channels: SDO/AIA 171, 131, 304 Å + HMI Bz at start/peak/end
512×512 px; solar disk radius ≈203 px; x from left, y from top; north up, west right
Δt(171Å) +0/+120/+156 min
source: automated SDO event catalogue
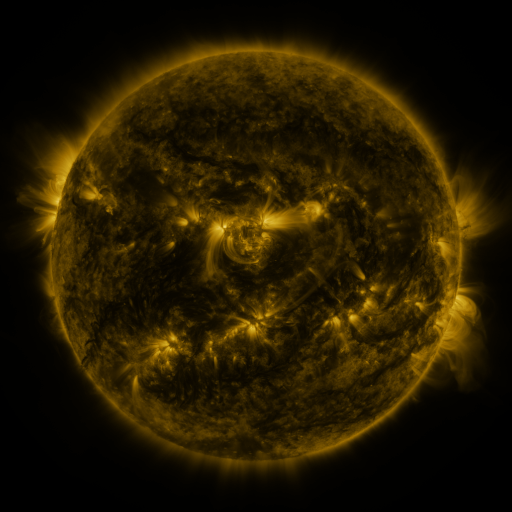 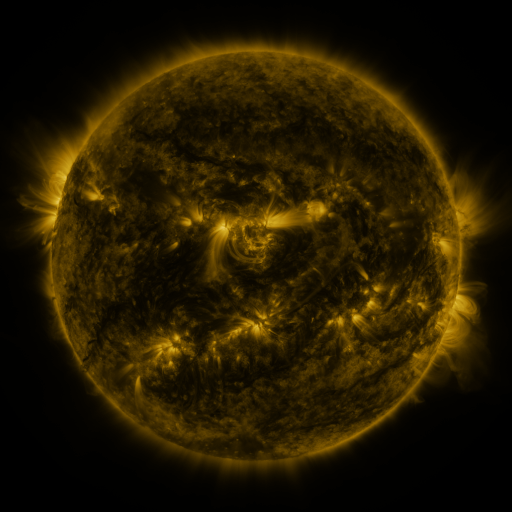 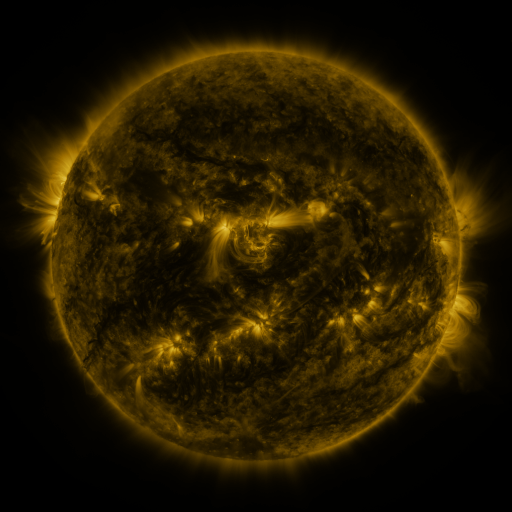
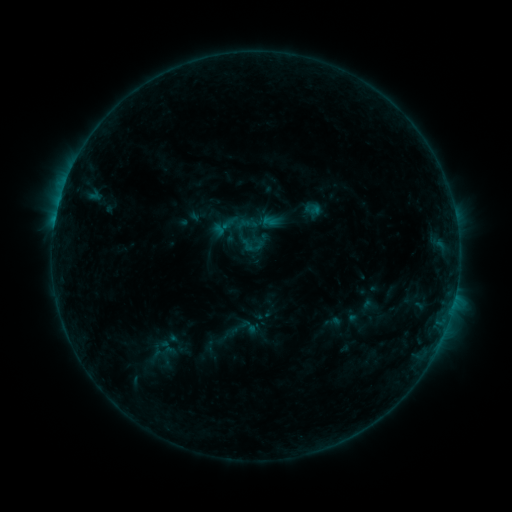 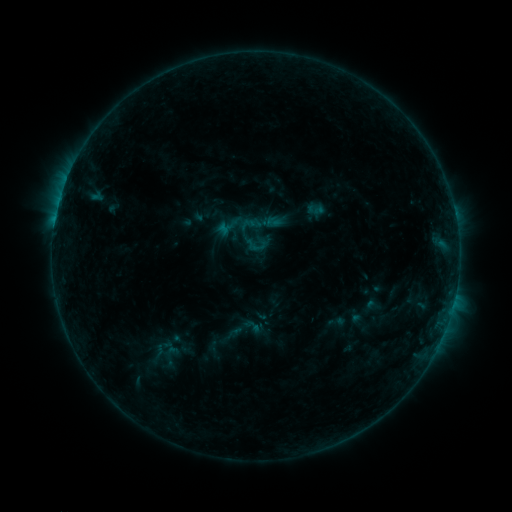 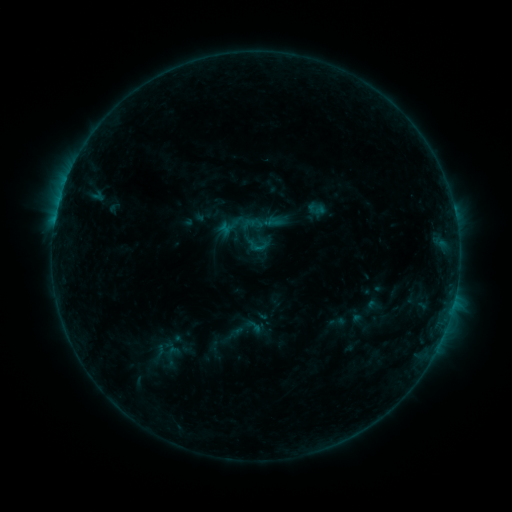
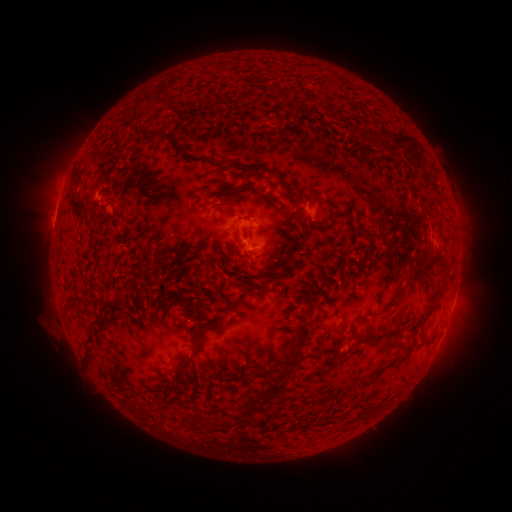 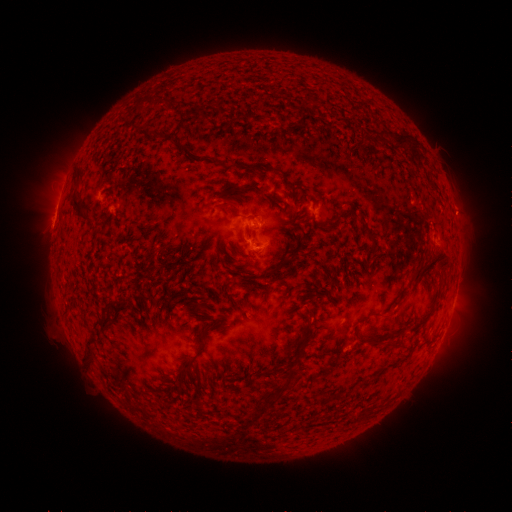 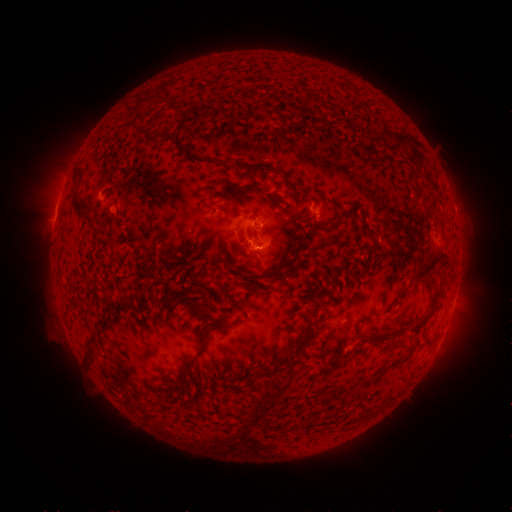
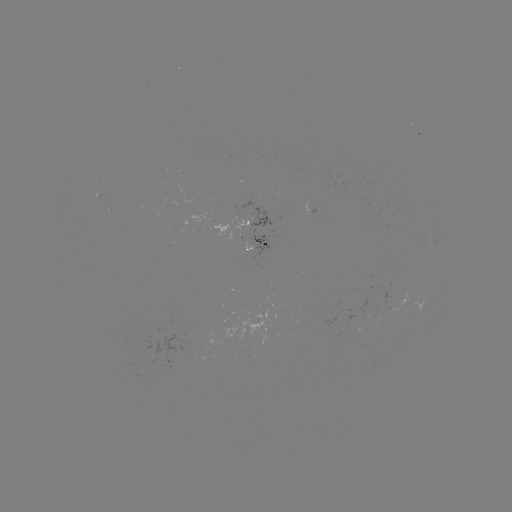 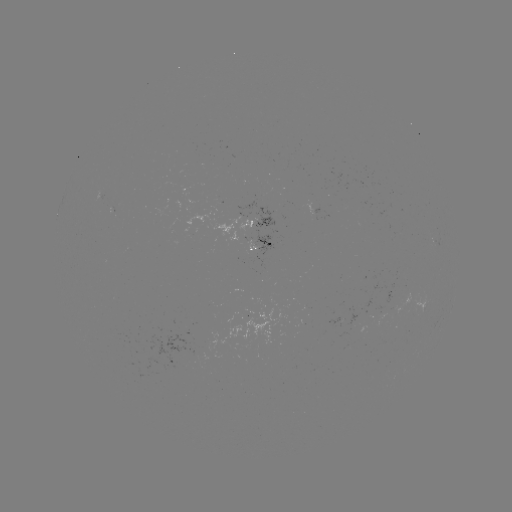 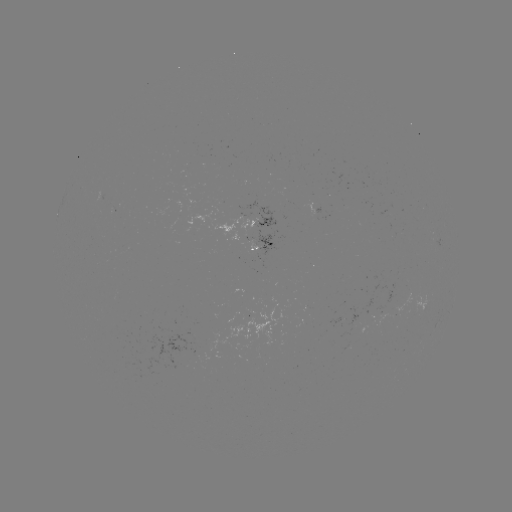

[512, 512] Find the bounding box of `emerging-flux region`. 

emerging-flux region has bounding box [244, 307, 285, 344].